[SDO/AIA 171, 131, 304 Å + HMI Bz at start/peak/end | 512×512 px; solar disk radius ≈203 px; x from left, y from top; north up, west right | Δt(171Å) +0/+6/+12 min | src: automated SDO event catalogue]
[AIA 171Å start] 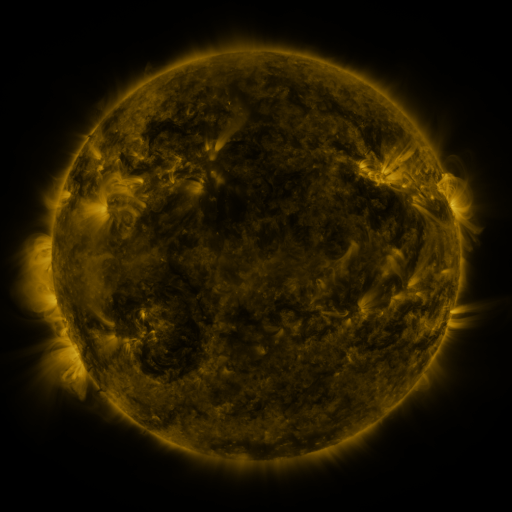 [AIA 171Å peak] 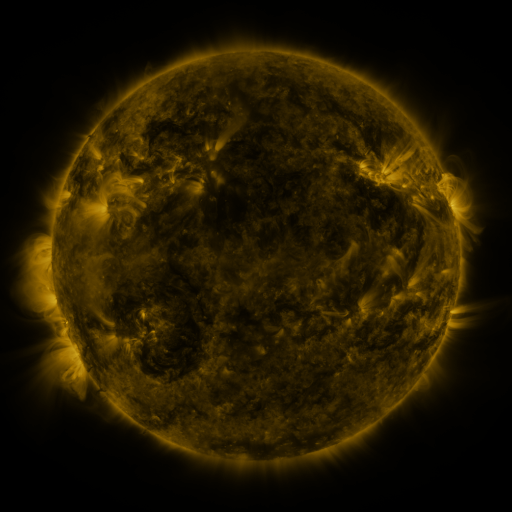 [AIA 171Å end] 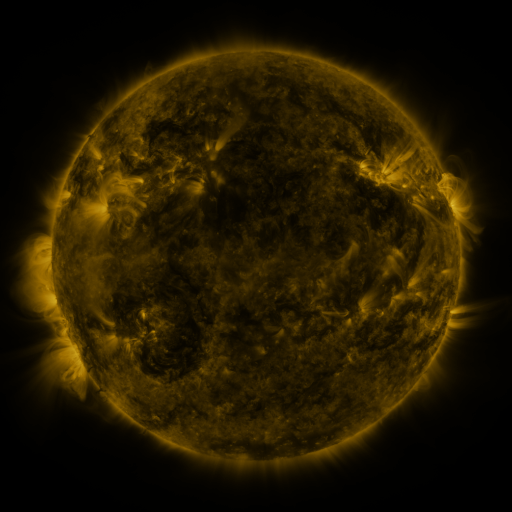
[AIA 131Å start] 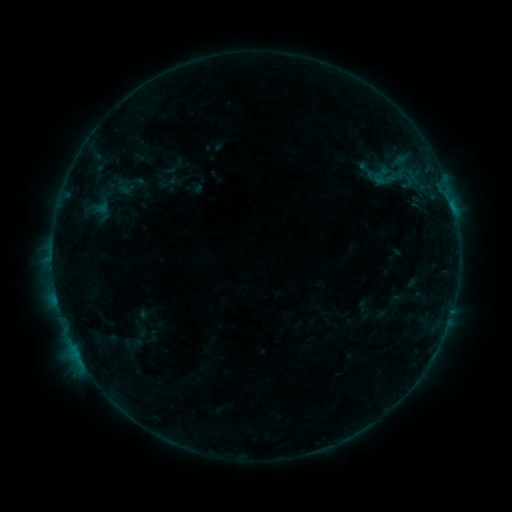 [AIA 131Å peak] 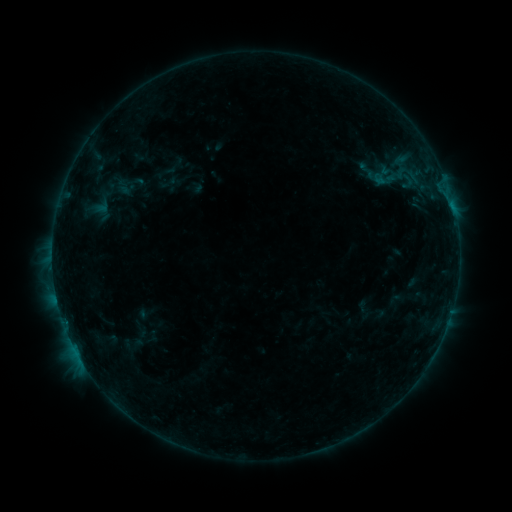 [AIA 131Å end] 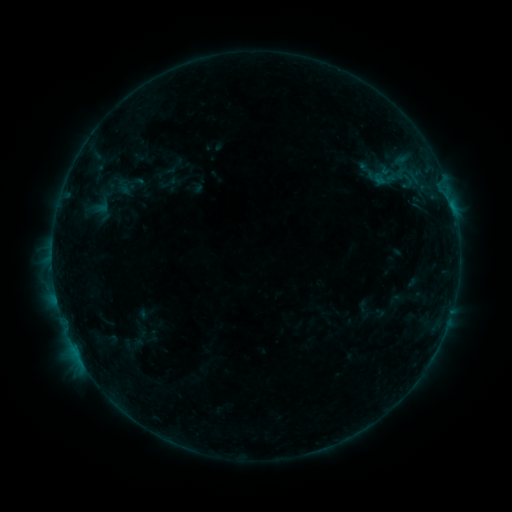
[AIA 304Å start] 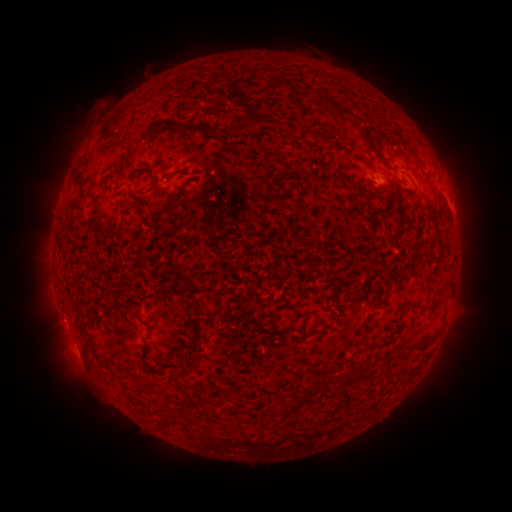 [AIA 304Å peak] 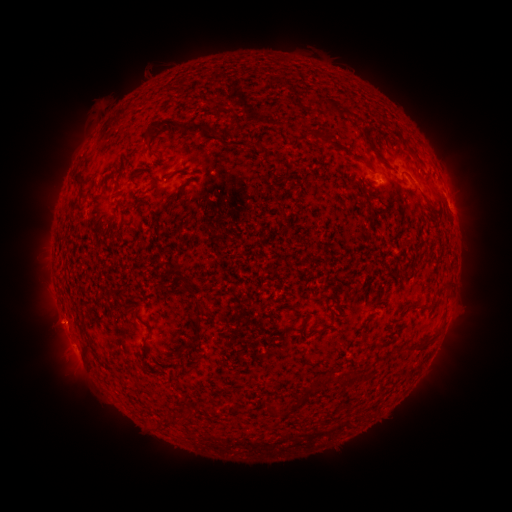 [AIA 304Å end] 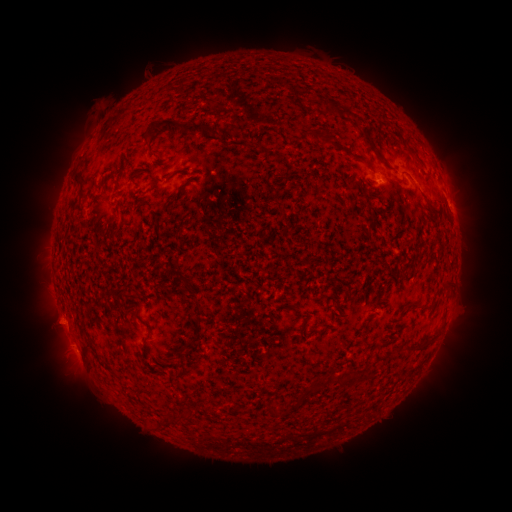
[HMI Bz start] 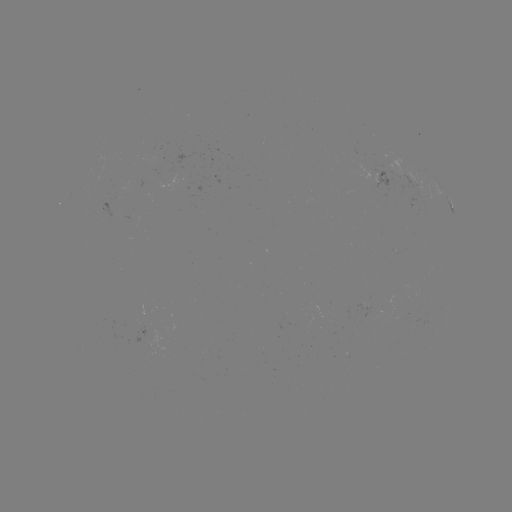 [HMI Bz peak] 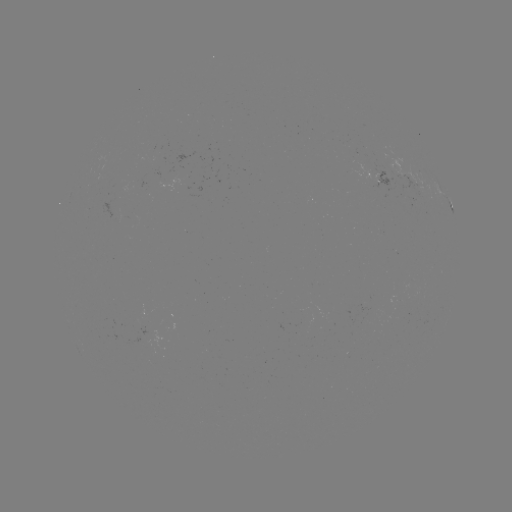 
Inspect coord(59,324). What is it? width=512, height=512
eruption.